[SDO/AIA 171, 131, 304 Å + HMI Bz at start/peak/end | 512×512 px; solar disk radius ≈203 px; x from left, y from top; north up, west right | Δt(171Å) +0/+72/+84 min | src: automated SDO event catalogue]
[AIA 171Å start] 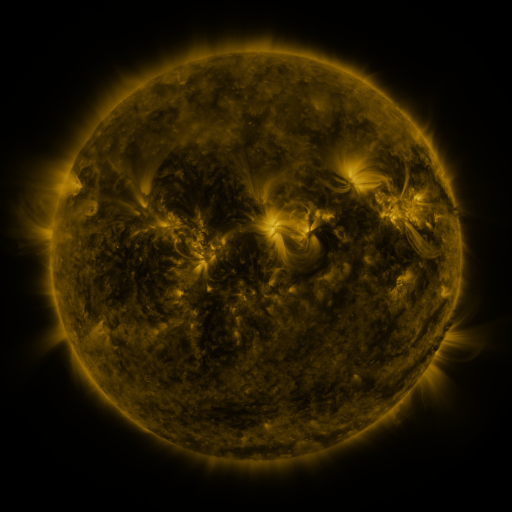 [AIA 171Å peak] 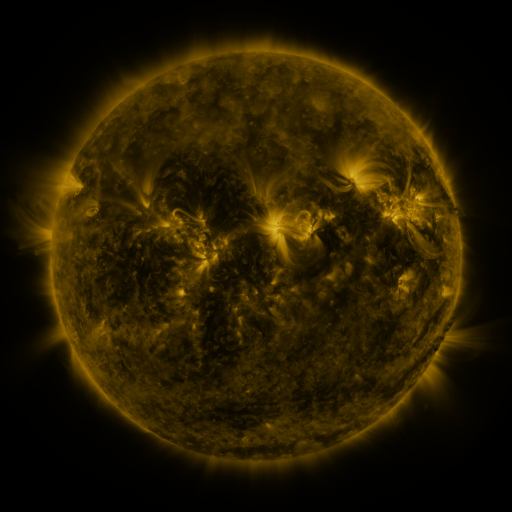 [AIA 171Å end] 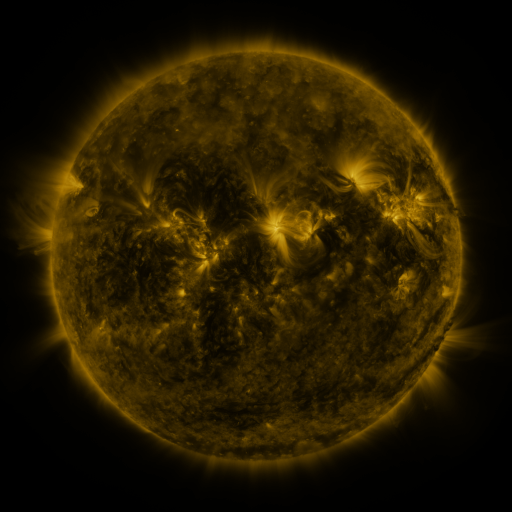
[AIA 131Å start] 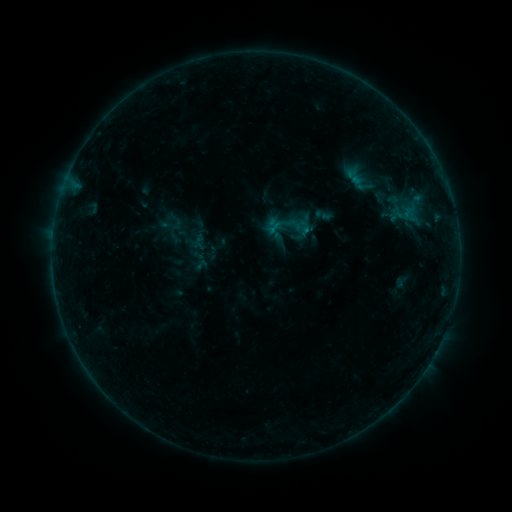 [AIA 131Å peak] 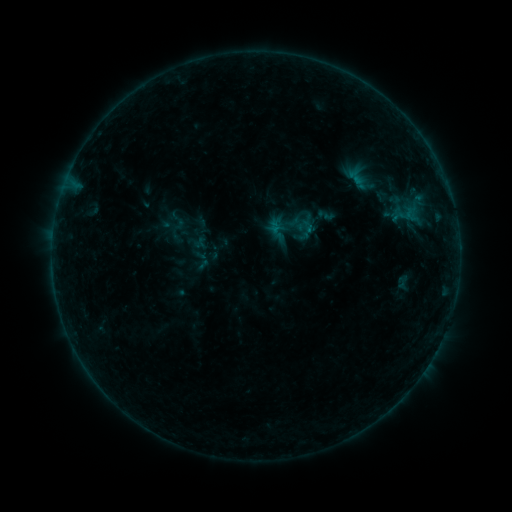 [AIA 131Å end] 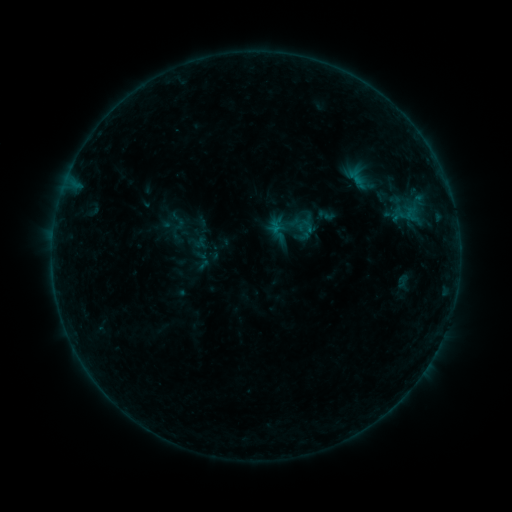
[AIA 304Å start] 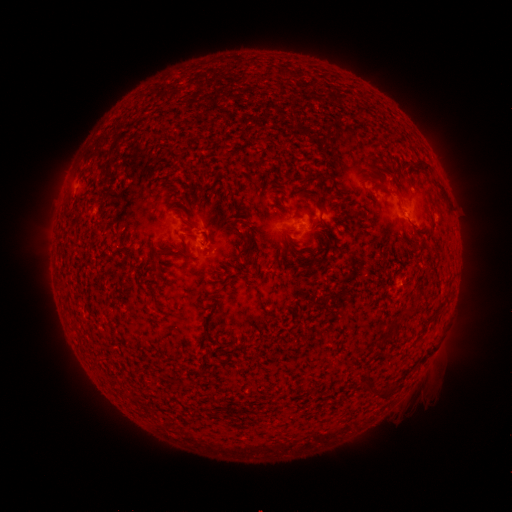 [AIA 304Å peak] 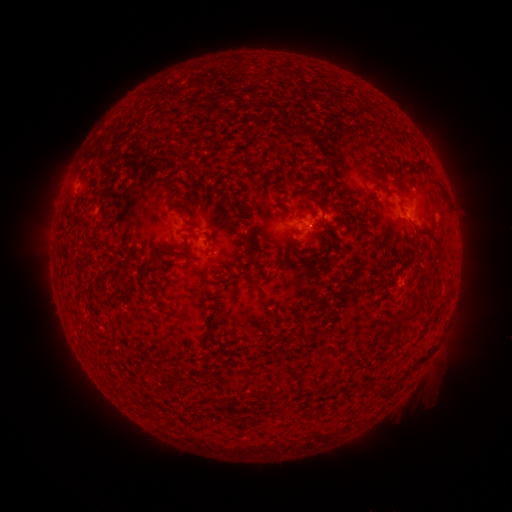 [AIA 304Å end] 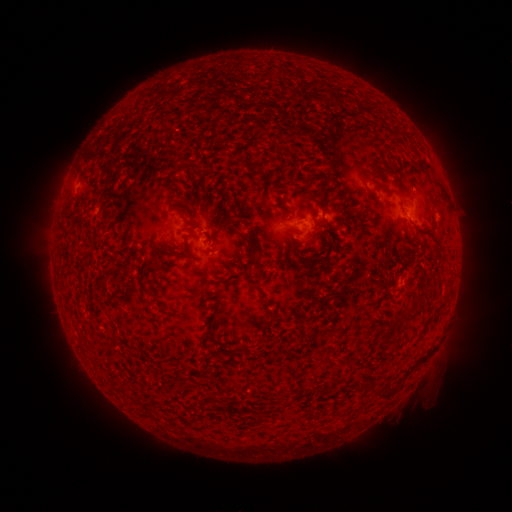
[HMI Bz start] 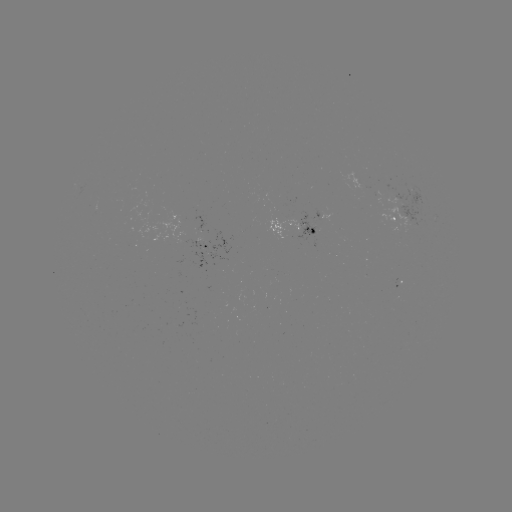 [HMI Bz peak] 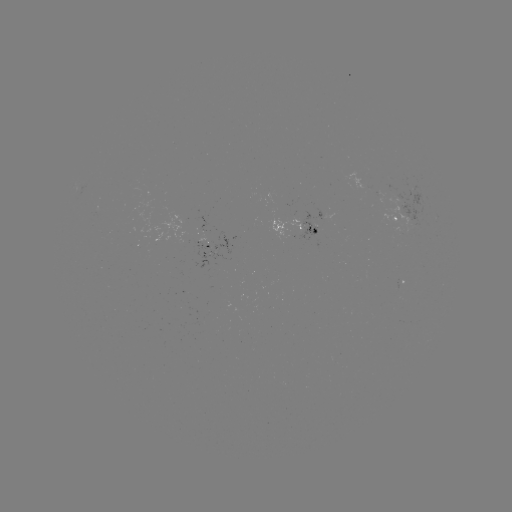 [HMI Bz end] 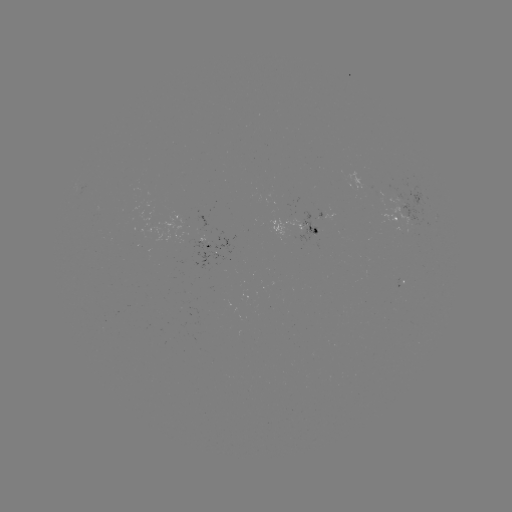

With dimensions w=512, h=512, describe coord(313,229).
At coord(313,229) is emerging-flux region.